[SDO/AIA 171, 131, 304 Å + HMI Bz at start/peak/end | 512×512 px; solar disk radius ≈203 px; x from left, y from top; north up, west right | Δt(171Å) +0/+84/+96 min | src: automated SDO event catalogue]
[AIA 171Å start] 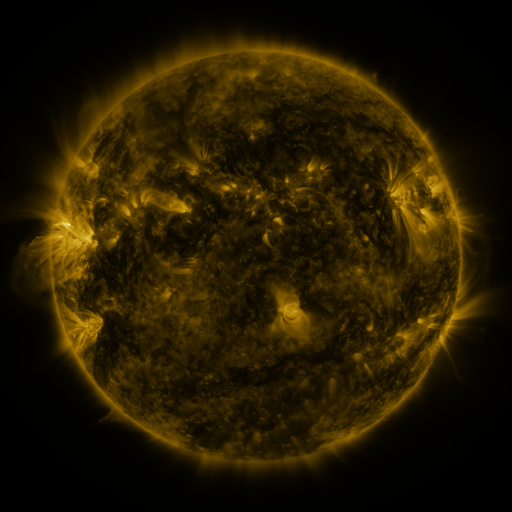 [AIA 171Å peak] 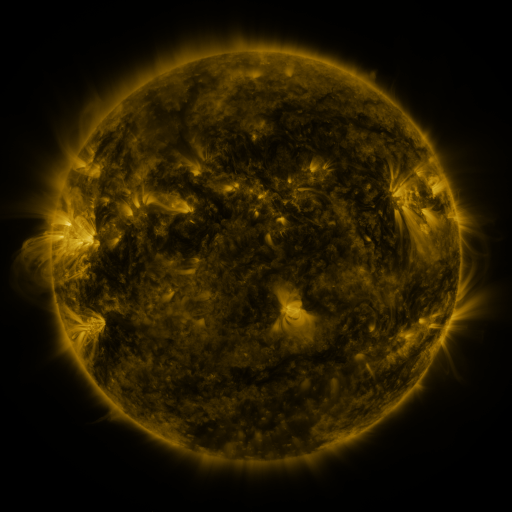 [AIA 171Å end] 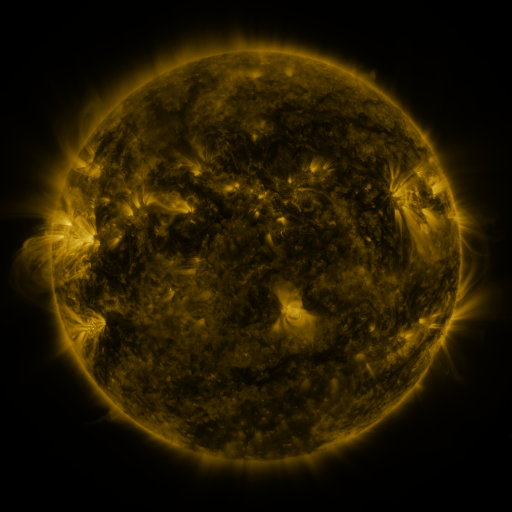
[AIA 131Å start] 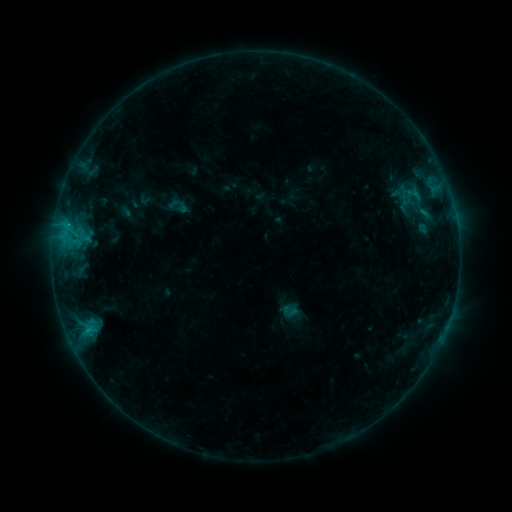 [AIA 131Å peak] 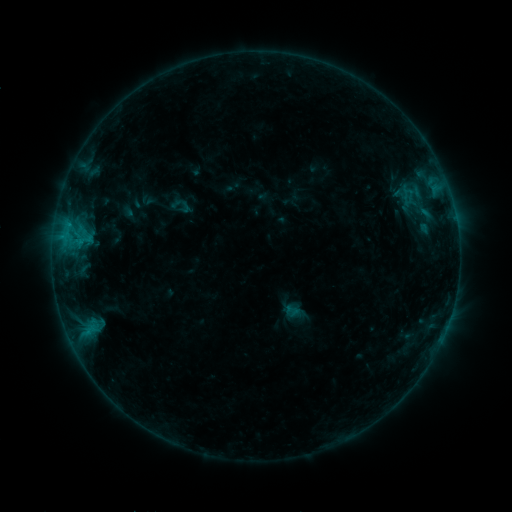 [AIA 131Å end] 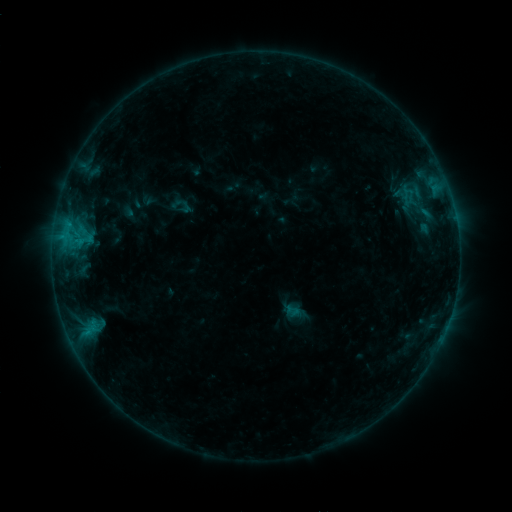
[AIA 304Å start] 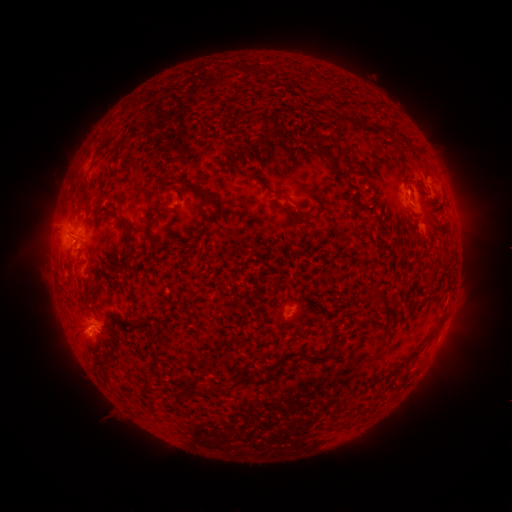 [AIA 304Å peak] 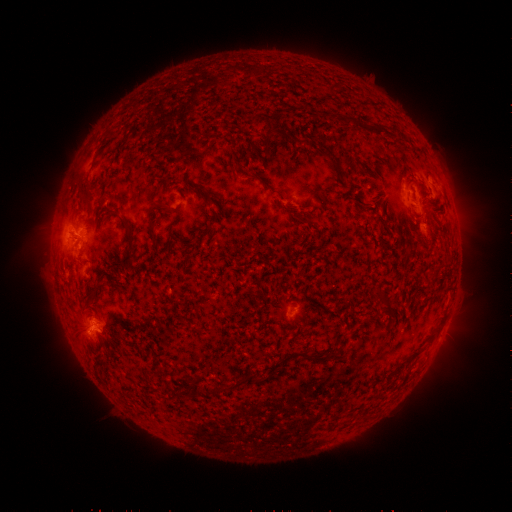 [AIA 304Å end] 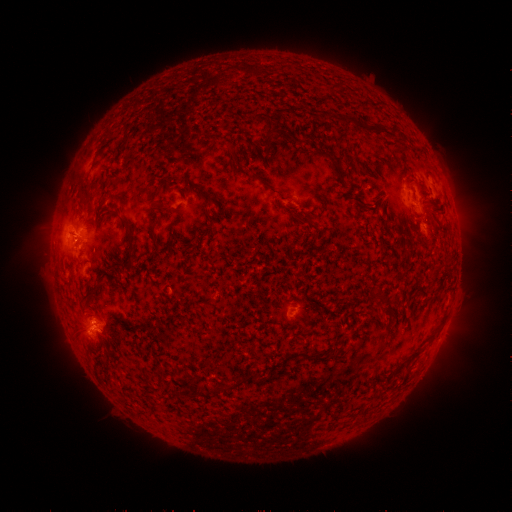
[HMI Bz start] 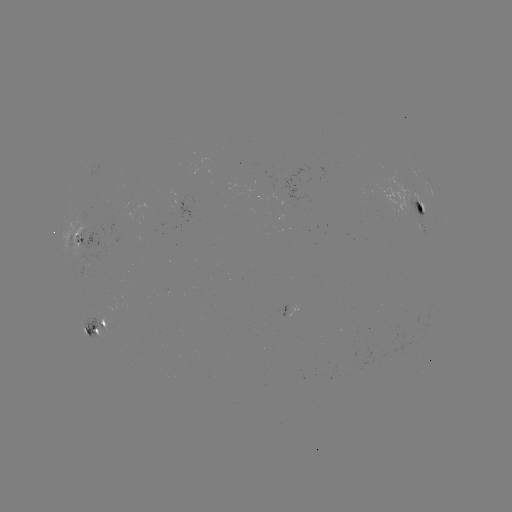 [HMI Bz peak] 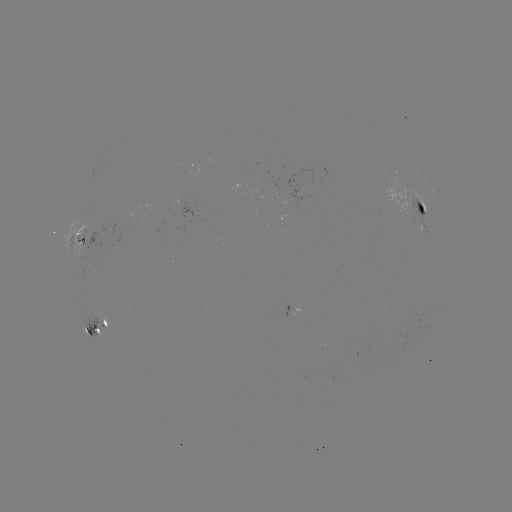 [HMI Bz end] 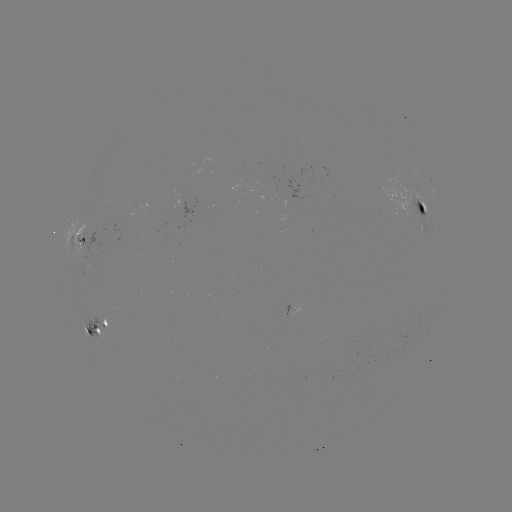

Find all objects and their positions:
emerging-flux region: (85, 245)
